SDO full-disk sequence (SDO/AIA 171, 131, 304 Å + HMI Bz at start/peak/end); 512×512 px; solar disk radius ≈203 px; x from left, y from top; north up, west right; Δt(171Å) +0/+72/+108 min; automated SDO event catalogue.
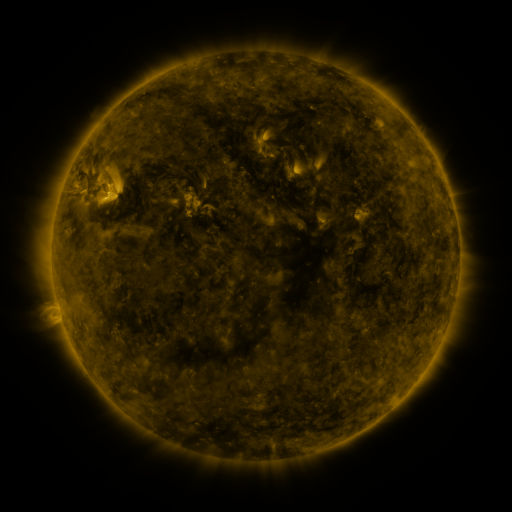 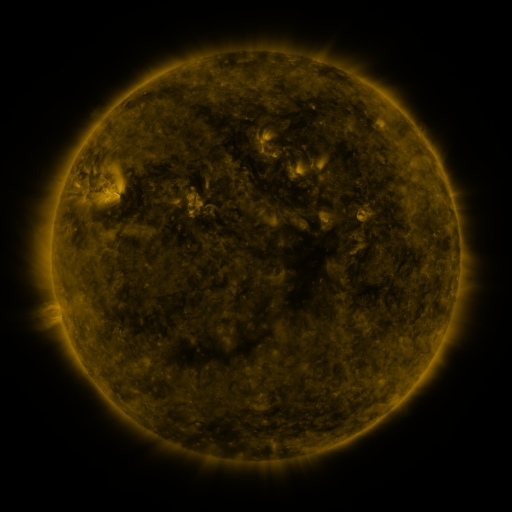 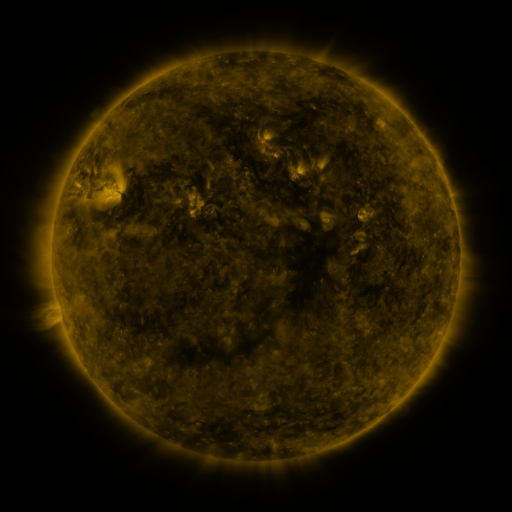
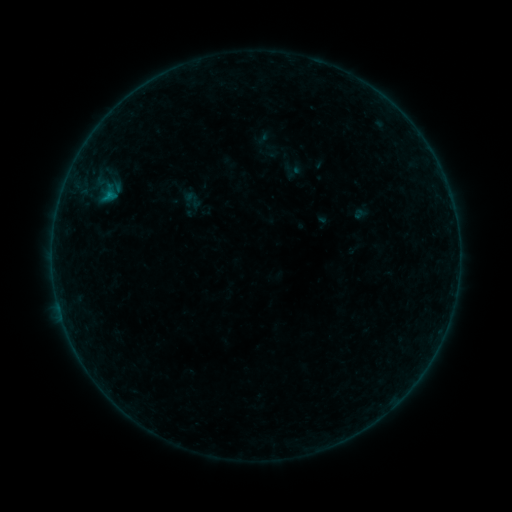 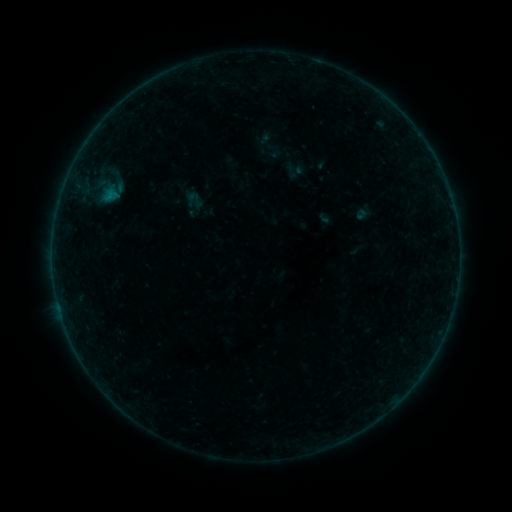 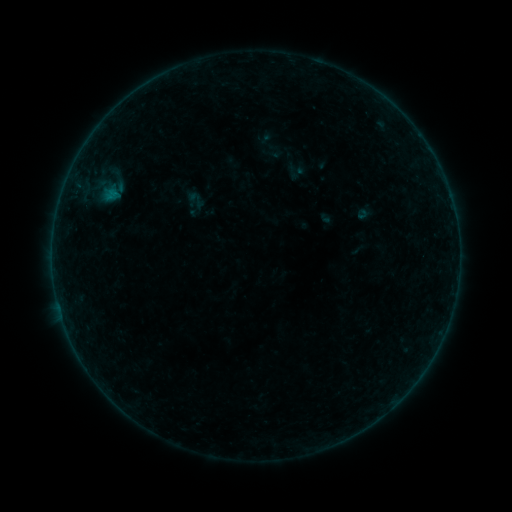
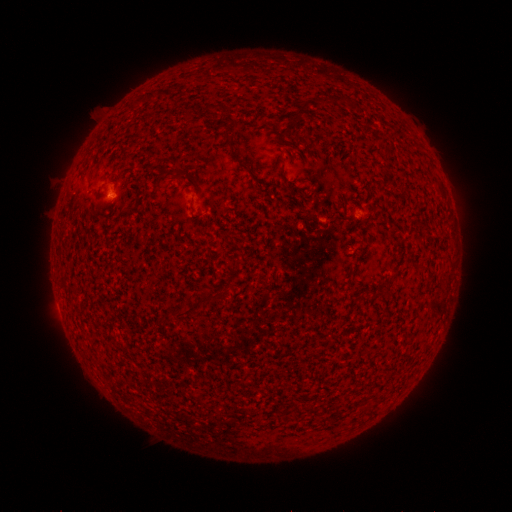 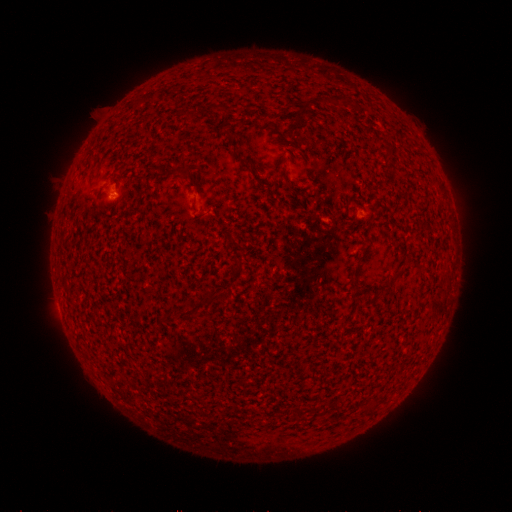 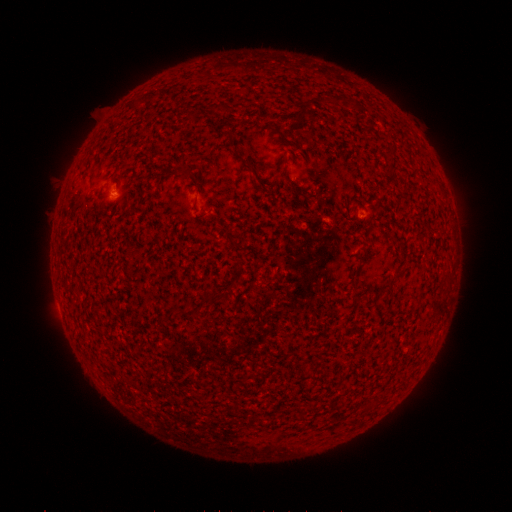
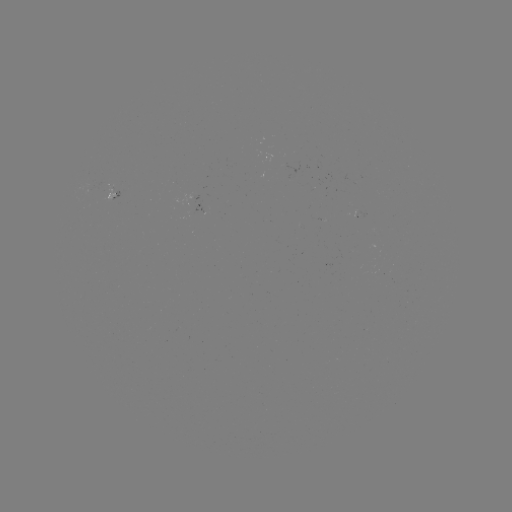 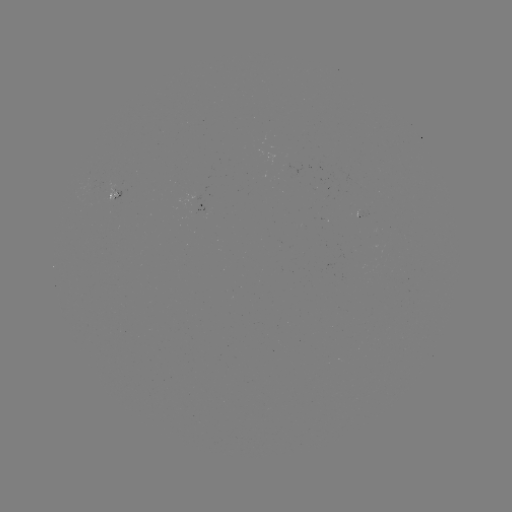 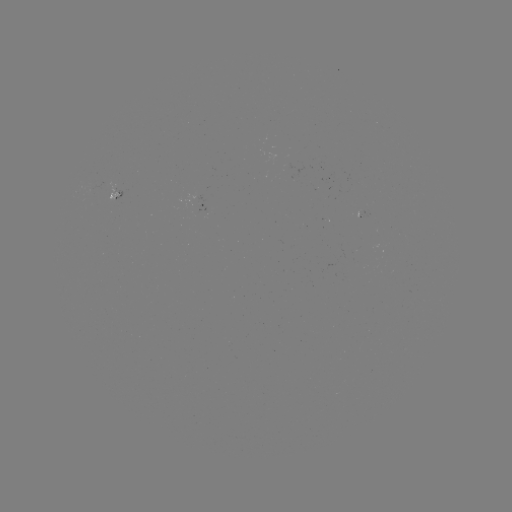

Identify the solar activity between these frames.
emerging-flux region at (196, 210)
